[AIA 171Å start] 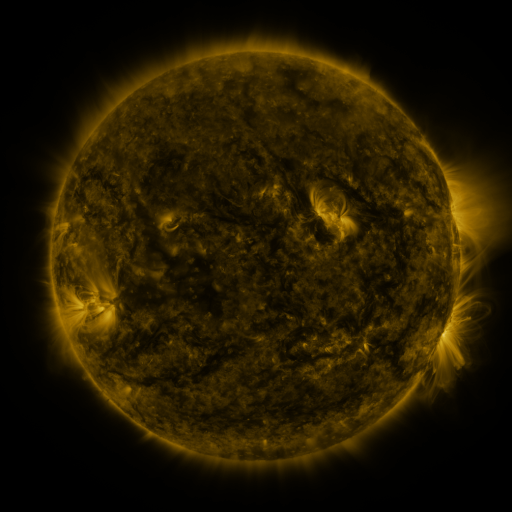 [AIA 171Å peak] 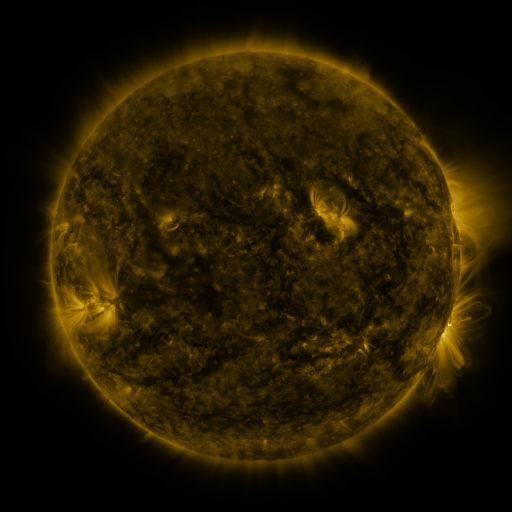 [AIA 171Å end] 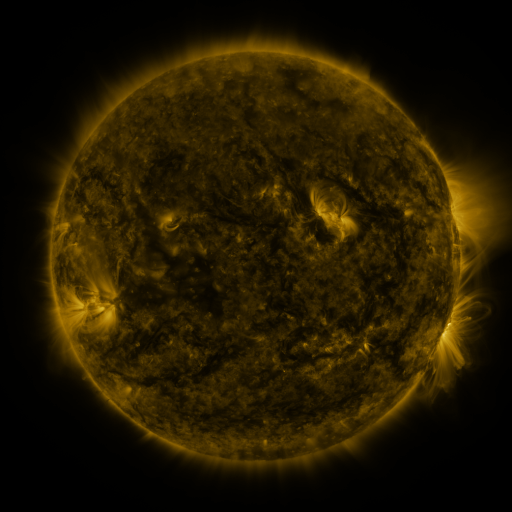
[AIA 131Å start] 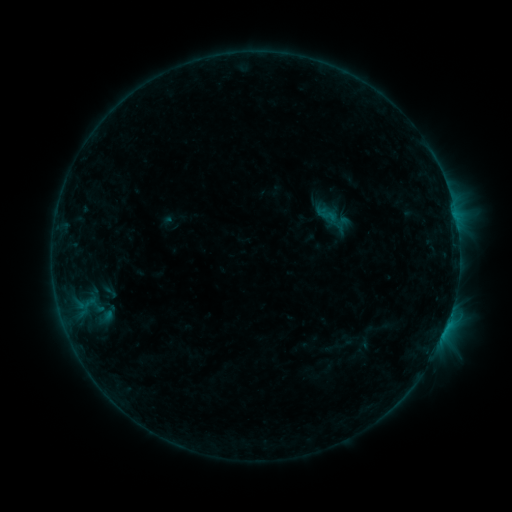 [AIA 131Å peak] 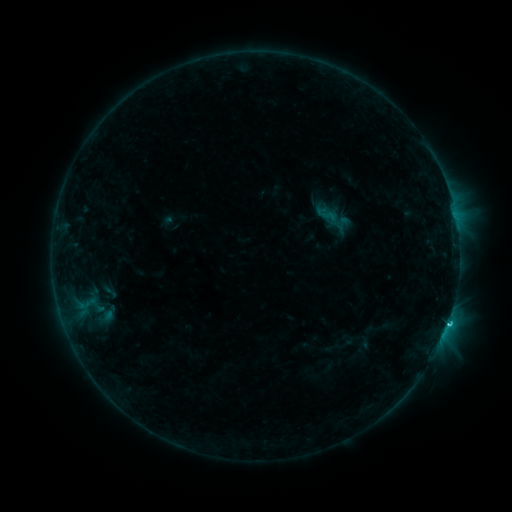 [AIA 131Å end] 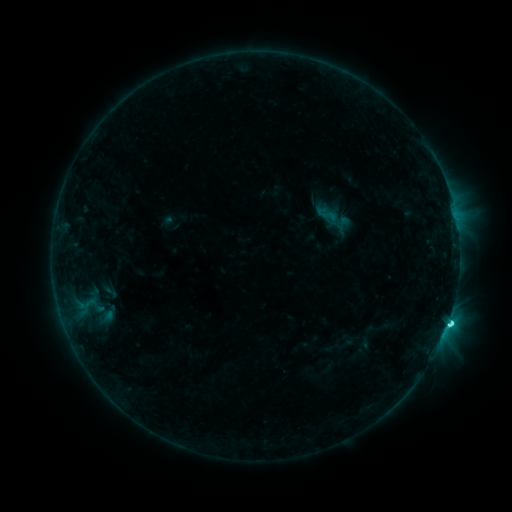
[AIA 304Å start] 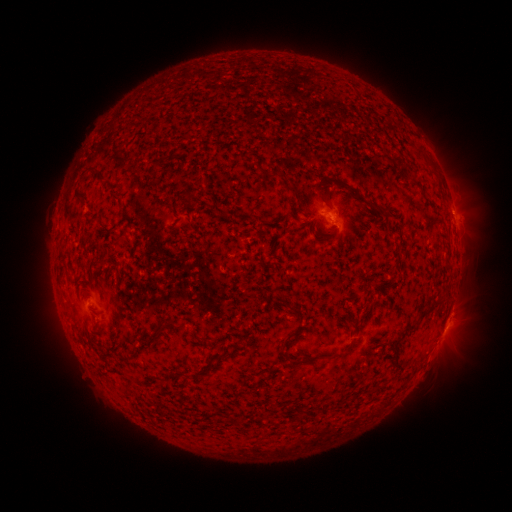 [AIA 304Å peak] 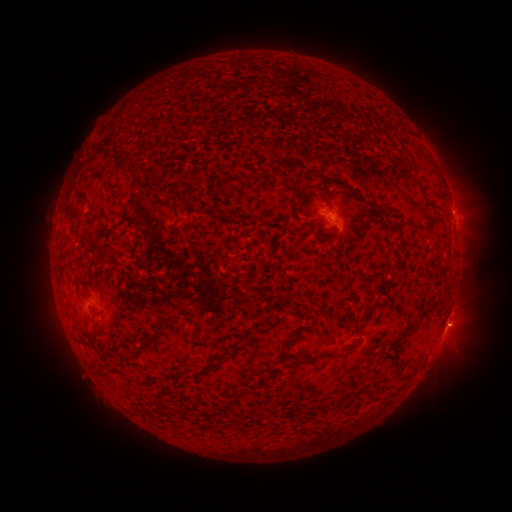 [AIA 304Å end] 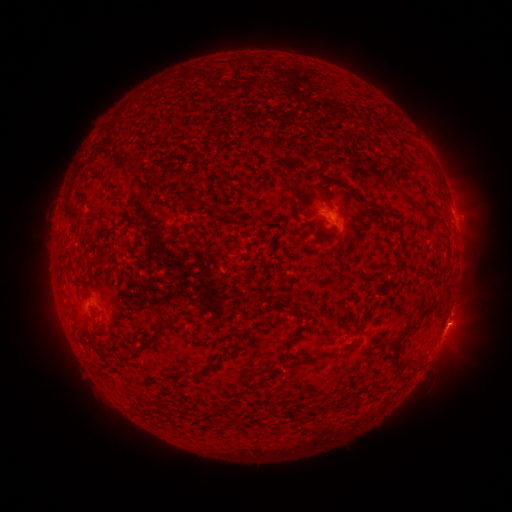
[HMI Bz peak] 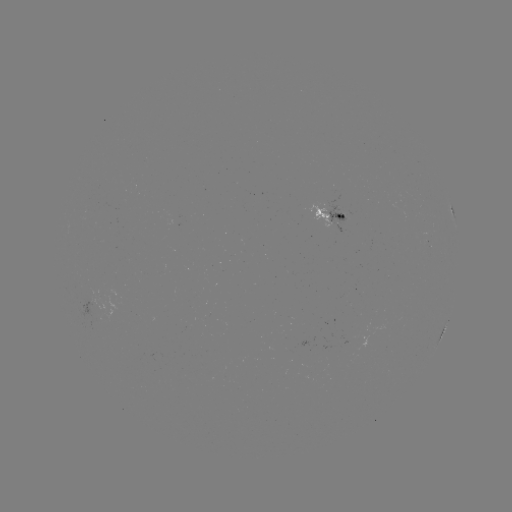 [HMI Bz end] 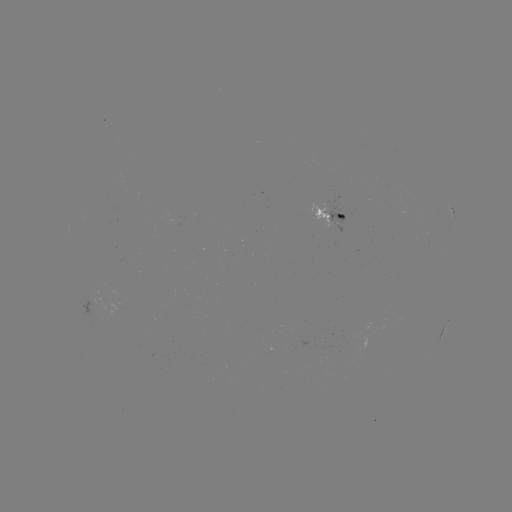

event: flare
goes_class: C2.7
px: (445, 320)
